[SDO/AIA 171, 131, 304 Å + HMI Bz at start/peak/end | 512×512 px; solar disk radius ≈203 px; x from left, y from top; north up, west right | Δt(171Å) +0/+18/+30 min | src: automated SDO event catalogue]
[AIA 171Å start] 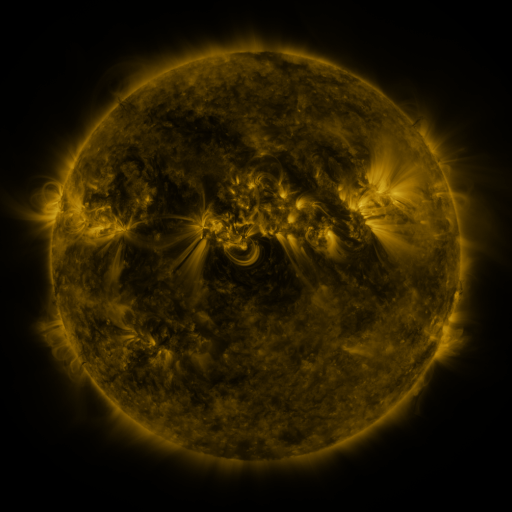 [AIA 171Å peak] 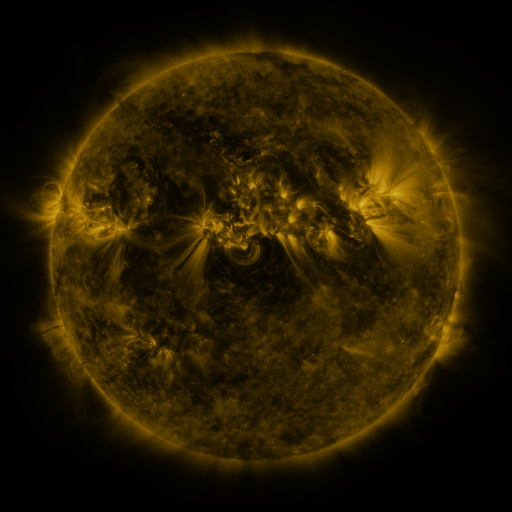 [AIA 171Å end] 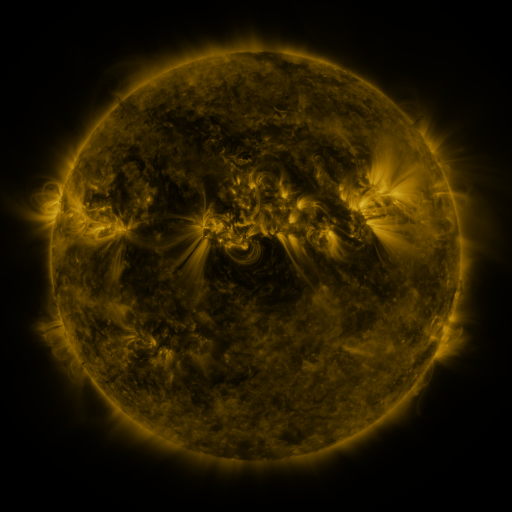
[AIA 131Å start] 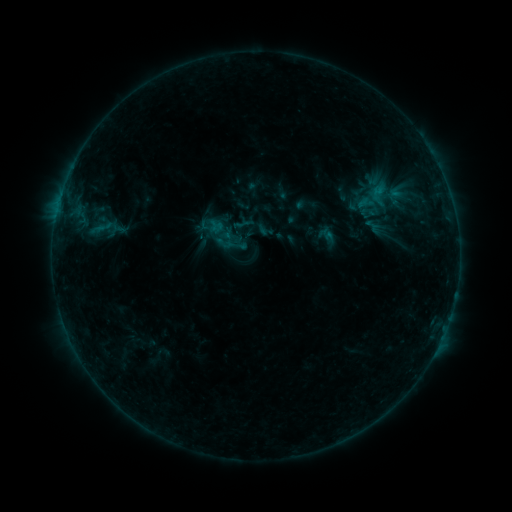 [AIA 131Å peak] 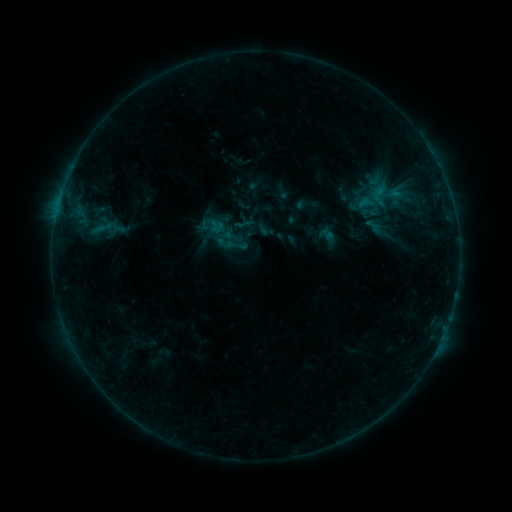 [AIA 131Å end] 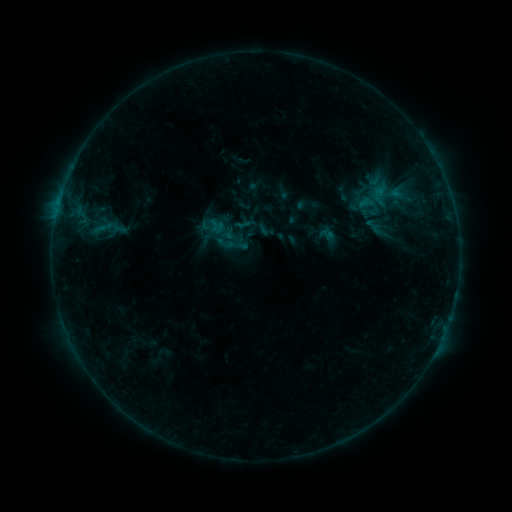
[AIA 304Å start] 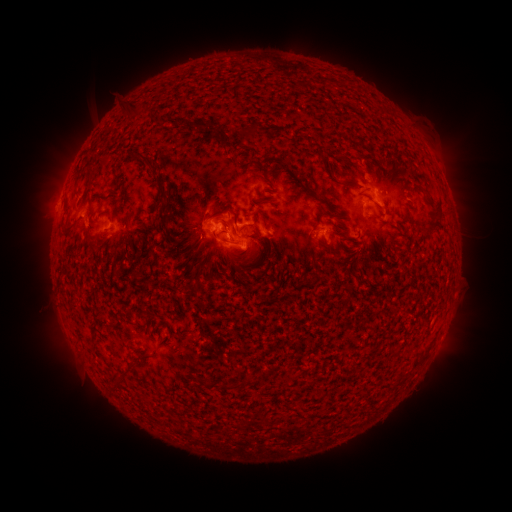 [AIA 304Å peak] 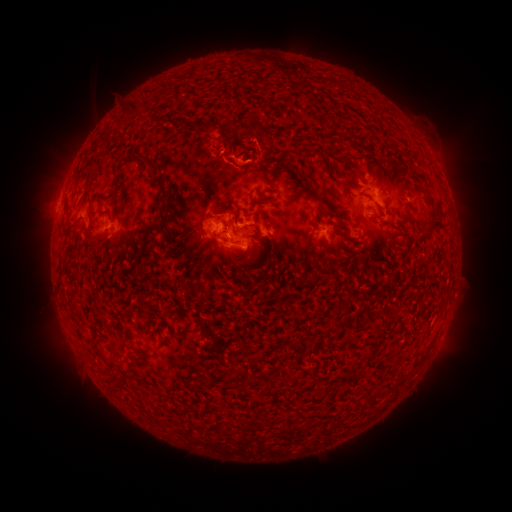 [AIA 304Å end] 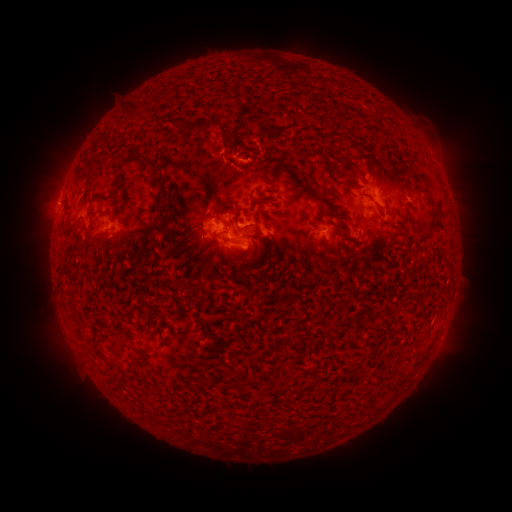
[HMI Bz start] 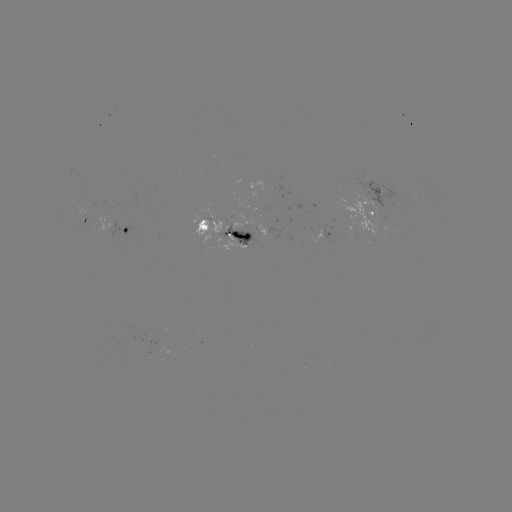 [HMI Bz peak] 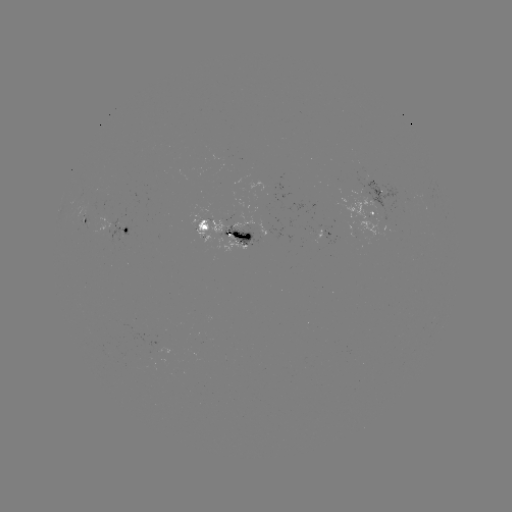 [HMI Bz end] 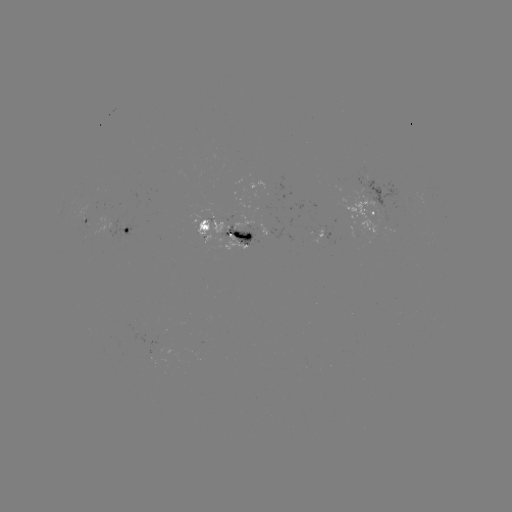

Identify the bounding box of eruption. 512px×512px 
[199, 93, 285, 192].